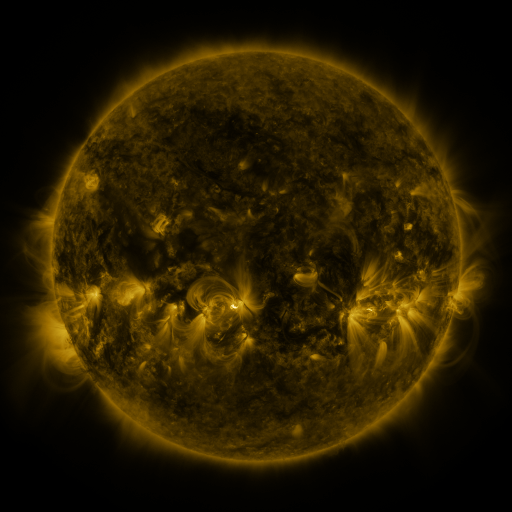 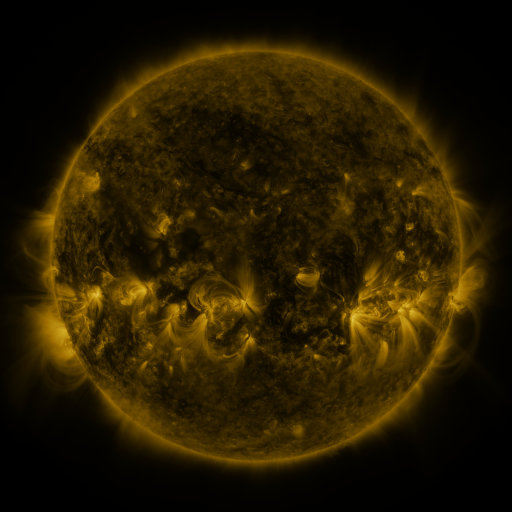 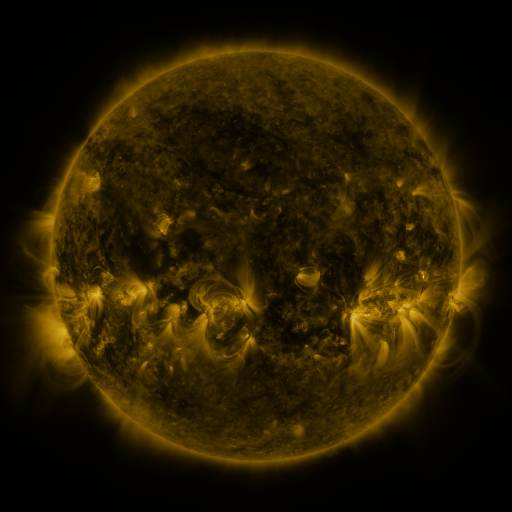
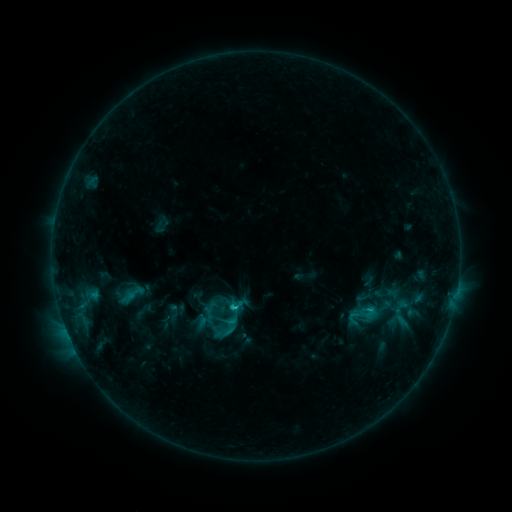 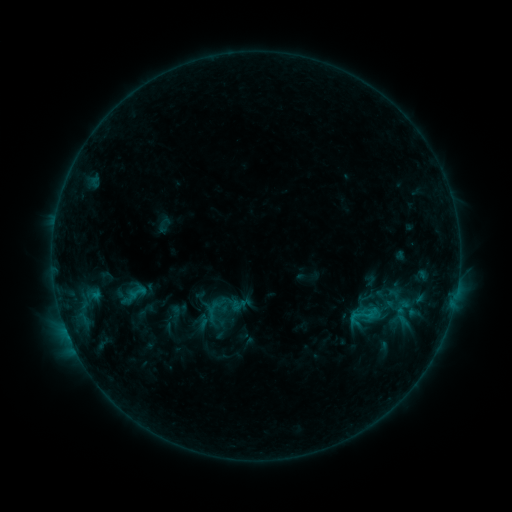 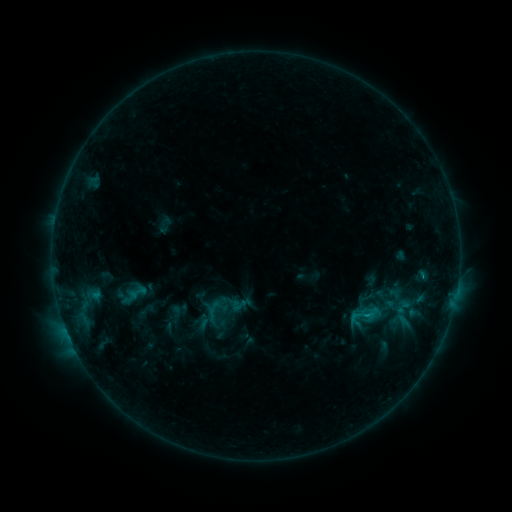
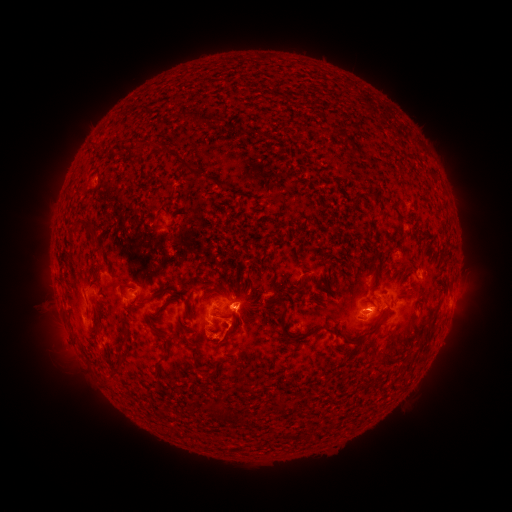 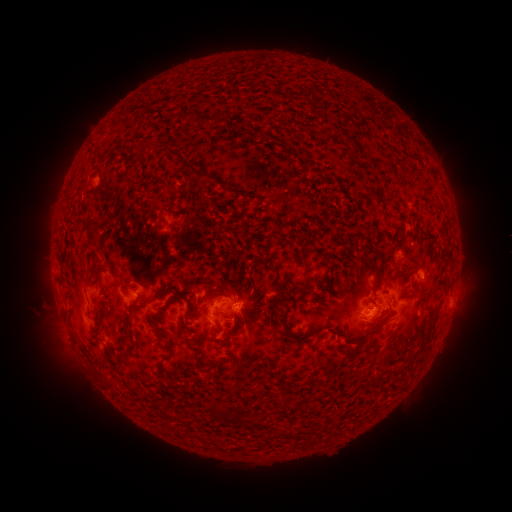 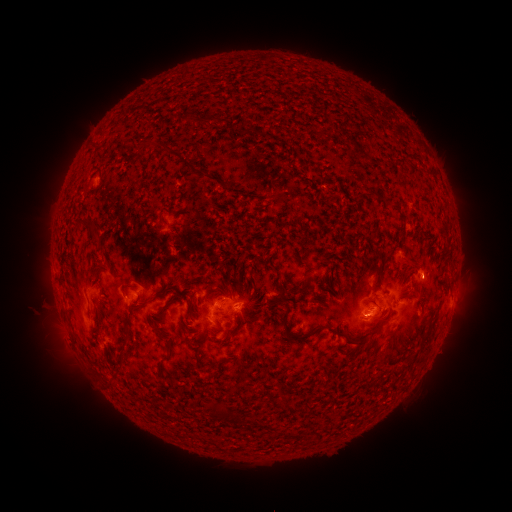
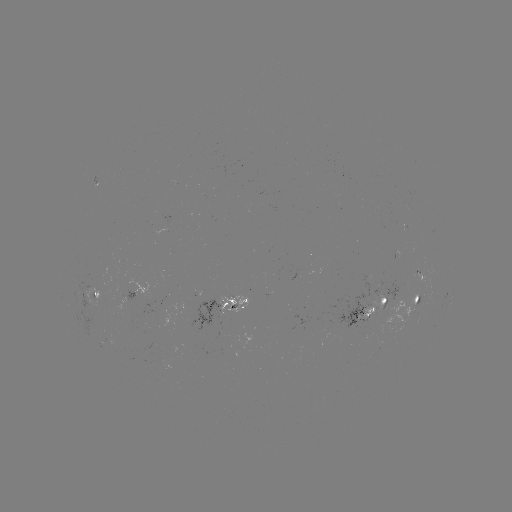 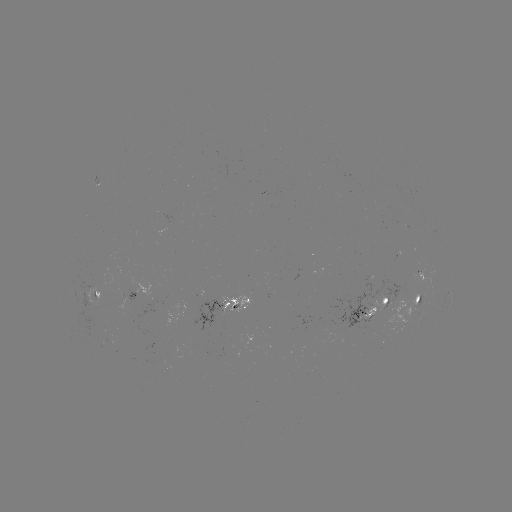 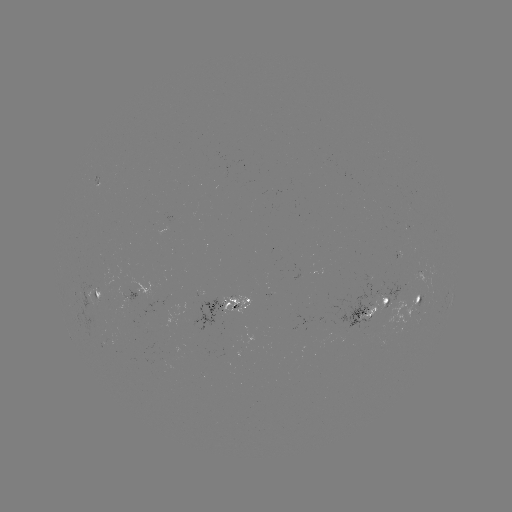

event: emerging-flux region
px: (197, 310)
